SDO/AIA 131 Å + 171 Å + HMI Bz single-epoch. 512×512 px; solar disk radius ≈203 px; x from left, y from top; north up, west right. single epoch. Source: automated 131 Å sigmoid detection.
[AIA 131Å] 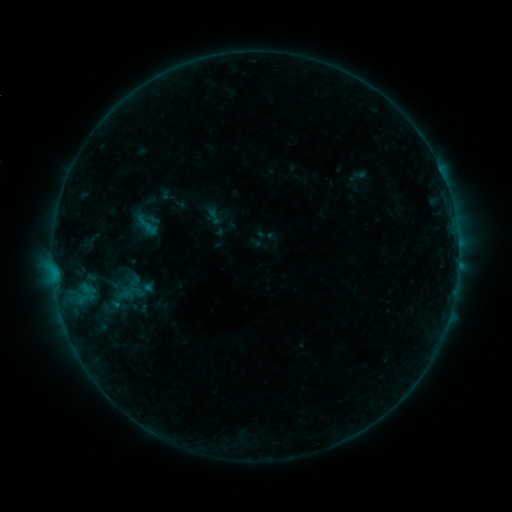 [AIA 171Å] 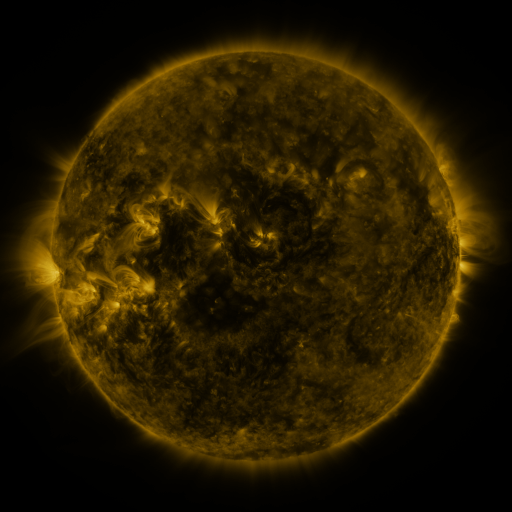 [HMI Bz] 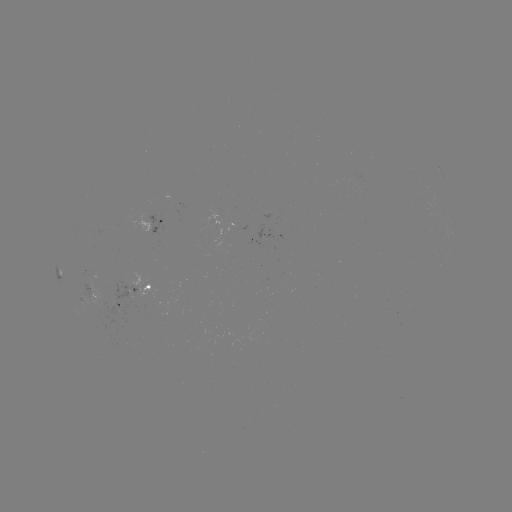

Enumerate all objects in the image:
sigmoid: (204, 207, 223, 225)
